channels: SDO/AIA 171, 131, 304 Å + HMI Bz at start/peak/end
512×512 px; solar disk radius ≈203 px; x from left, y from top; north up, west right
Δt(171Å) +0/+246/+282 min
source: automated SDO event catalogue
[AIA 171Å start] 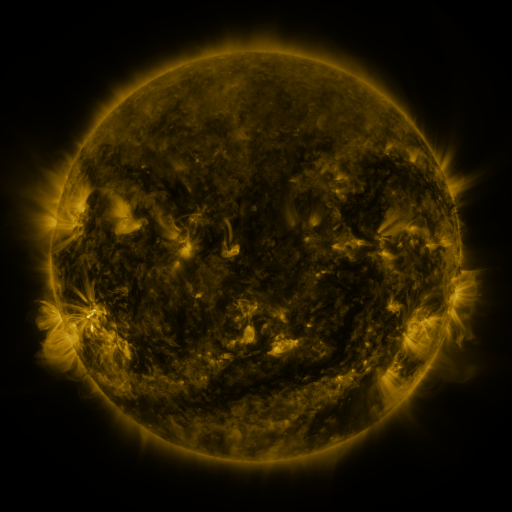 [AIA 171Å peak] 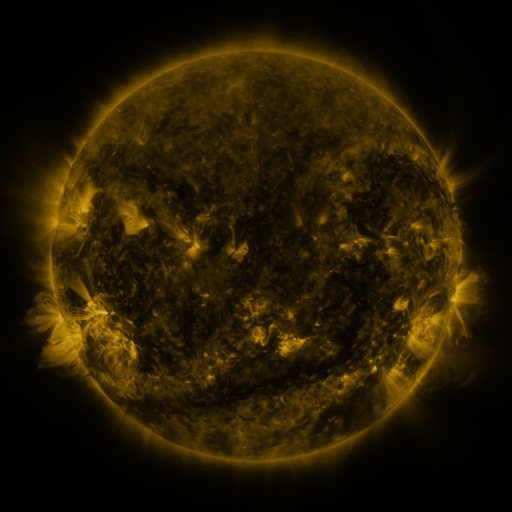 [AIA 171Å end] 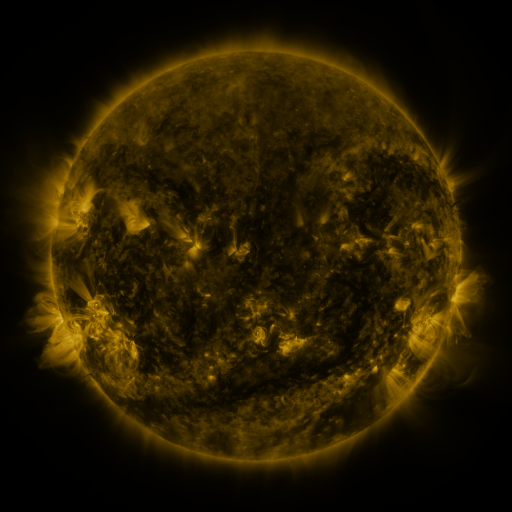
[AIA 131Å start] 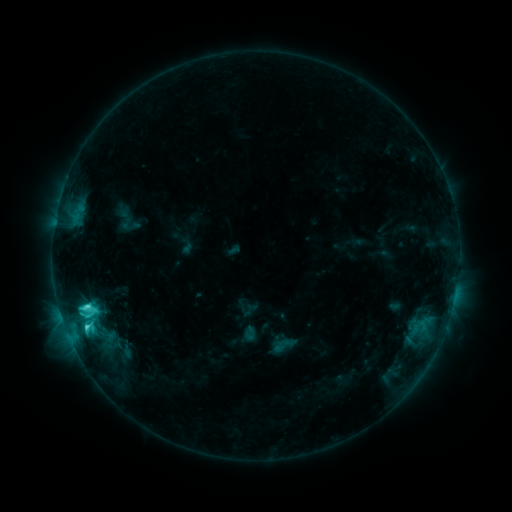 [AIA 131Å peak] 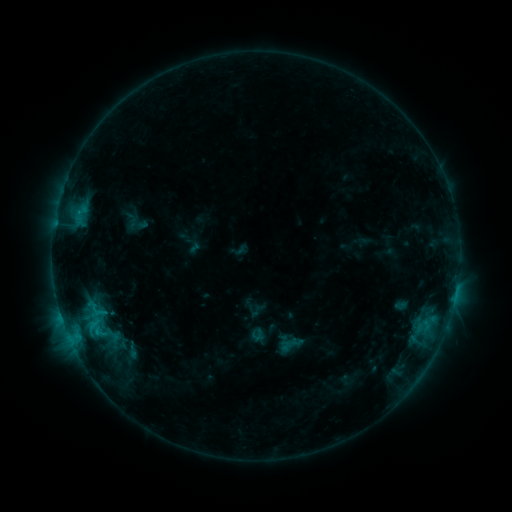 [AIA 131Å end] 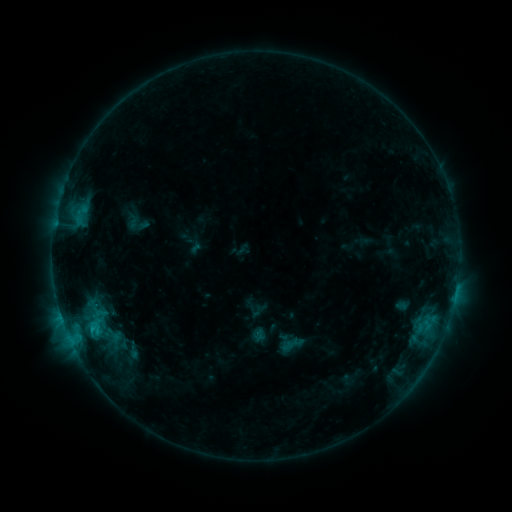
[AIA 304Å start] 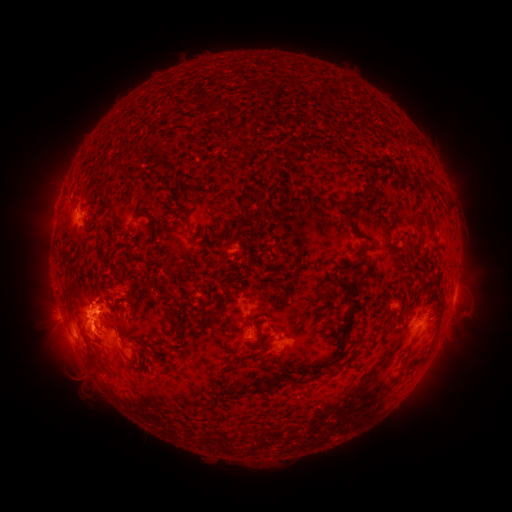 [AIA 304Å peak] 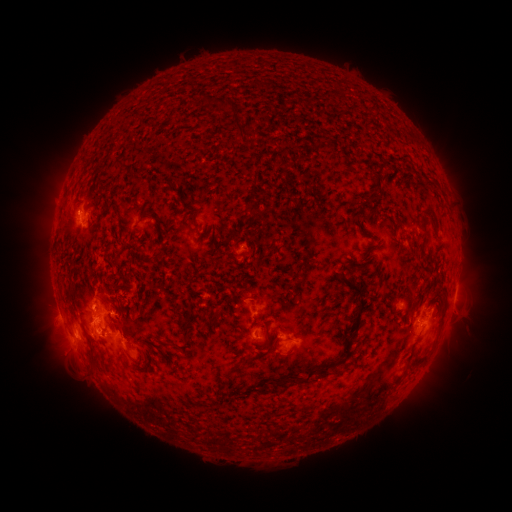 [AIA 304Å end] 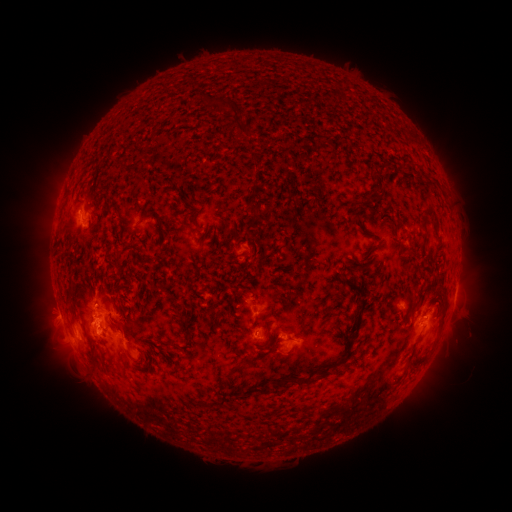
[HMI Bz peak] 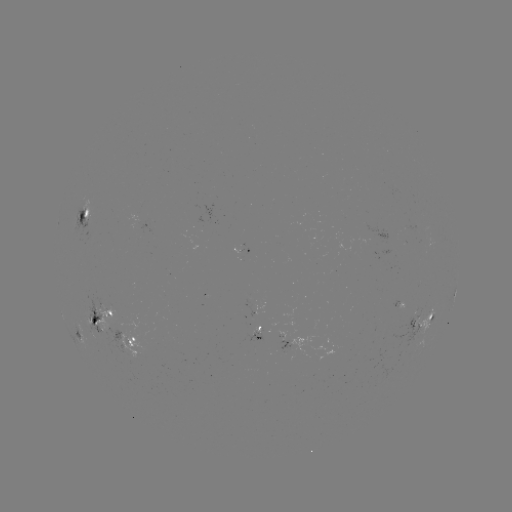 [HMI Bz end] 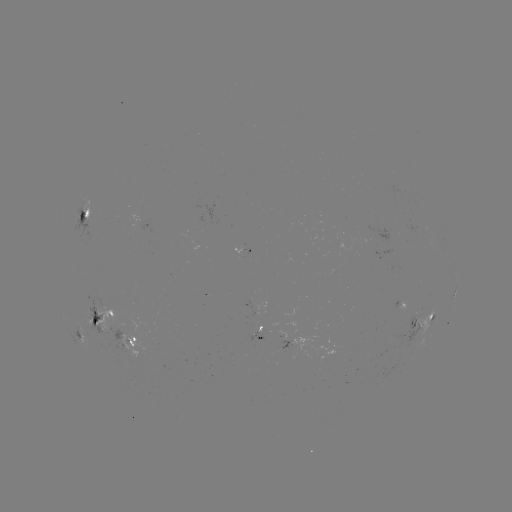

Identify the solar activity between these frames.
emerging-flux region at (282, 335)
